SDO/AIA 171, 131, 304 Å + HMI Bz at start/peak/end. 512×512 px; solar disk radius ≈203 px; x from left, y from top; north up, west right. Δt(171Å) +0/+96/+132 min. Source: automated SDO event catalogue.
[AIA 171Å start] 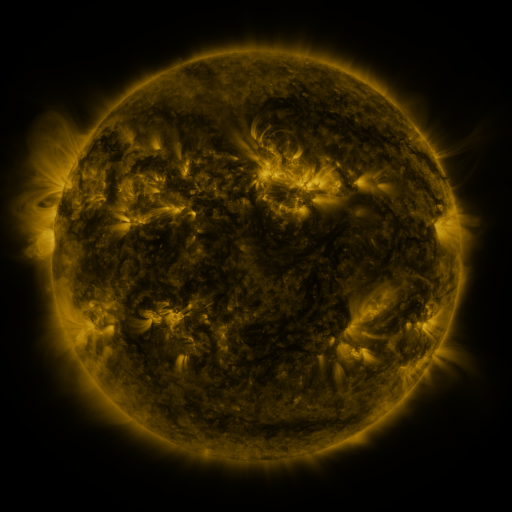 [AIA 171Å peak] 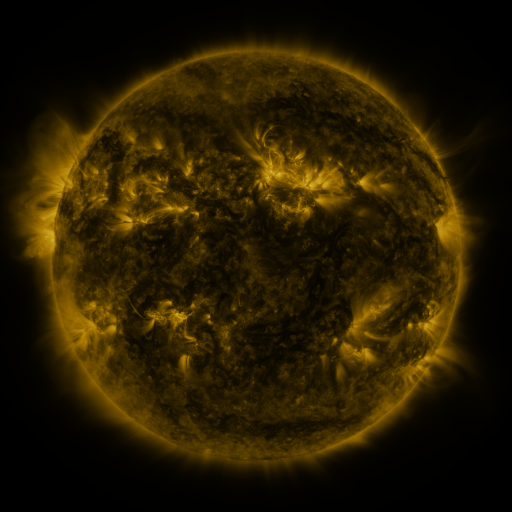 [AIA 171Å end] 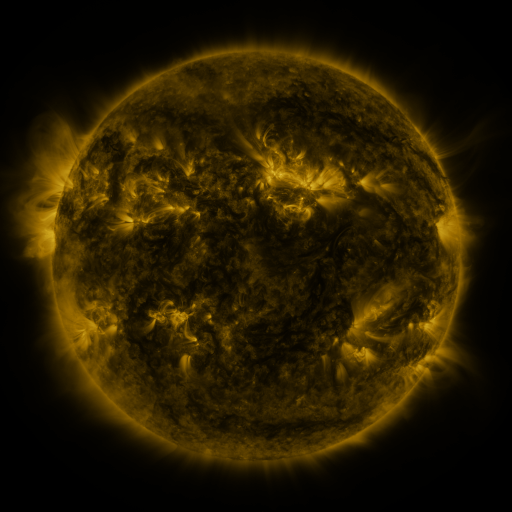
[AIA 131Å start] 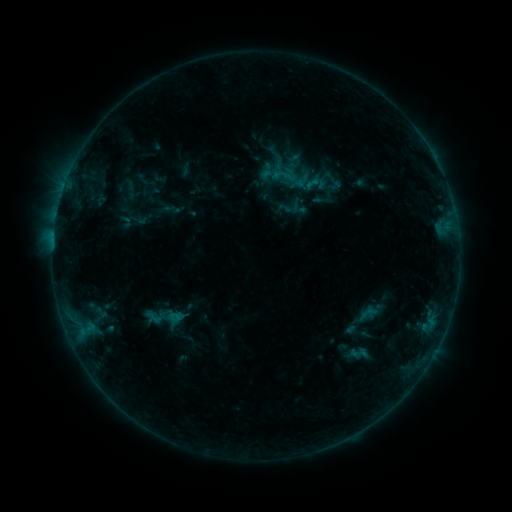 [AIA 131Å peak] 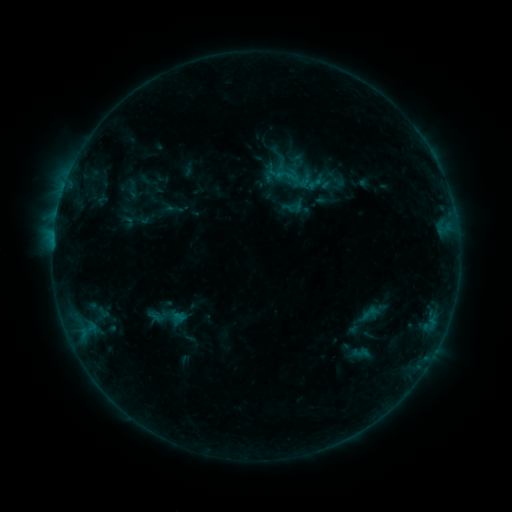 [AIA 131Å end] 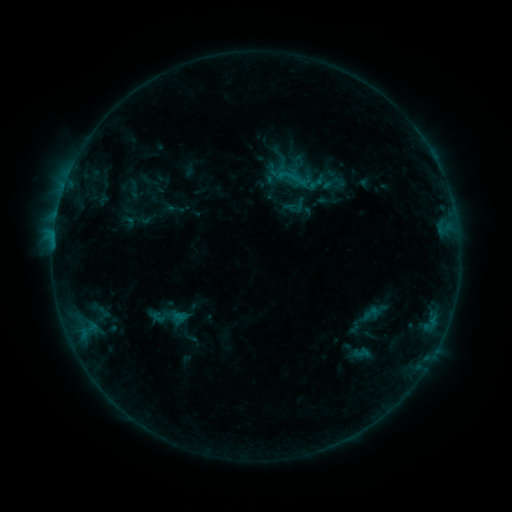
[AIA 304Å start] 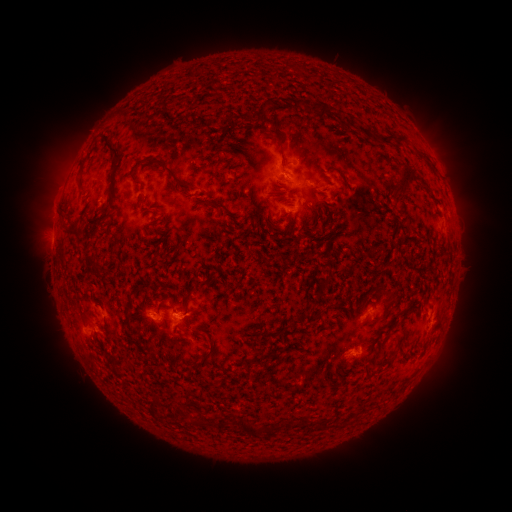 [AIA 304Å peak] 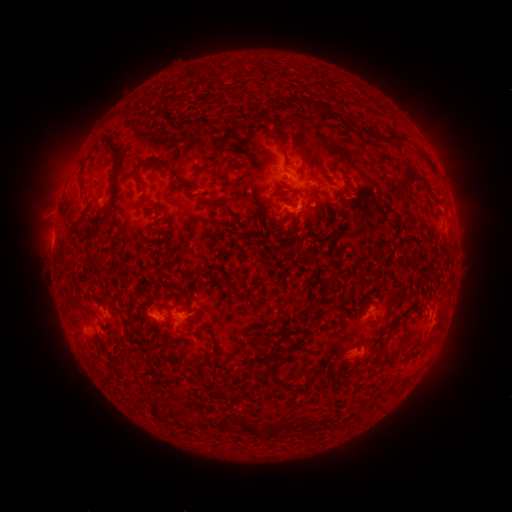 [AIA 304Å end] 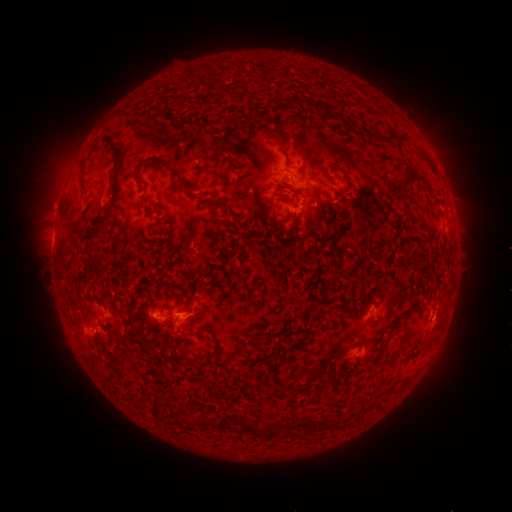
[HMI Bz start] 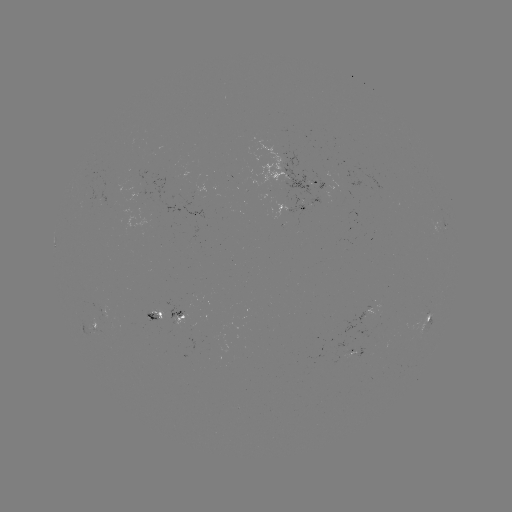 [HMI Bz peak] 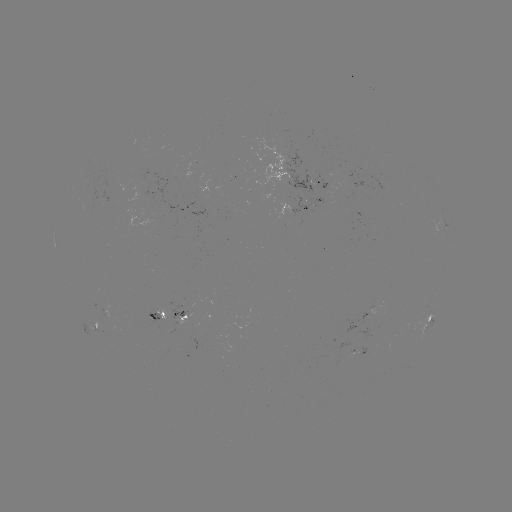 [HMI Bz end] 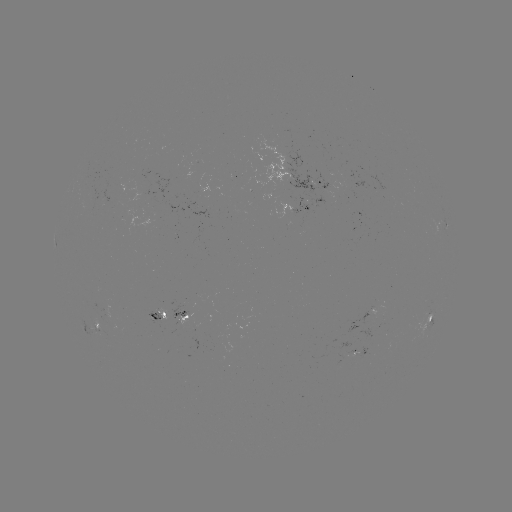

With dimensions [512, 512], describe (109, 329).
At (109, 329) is emerging-flux region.